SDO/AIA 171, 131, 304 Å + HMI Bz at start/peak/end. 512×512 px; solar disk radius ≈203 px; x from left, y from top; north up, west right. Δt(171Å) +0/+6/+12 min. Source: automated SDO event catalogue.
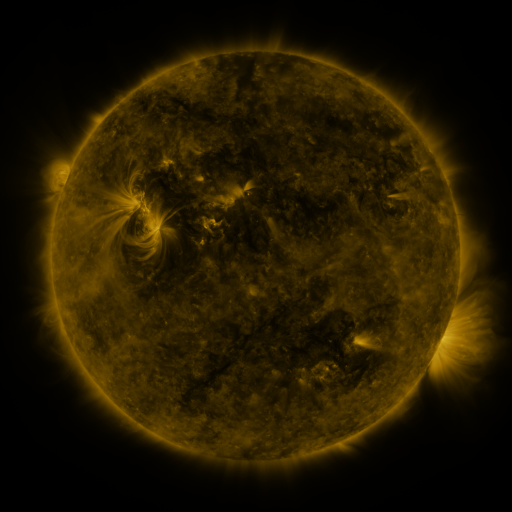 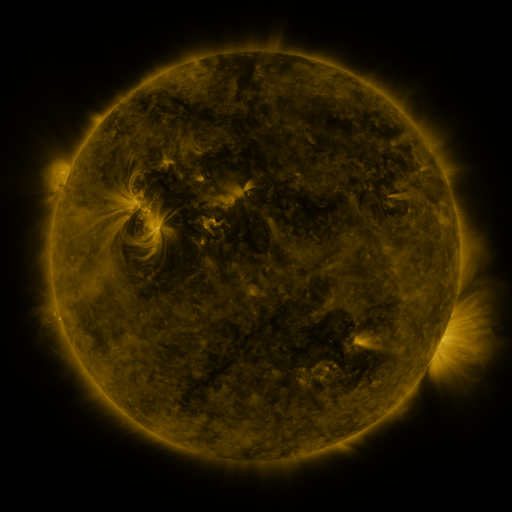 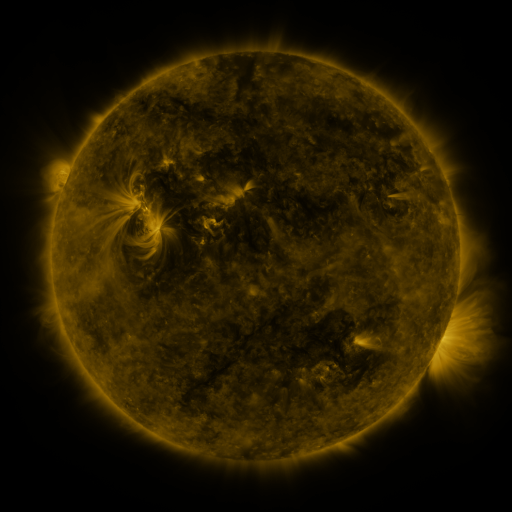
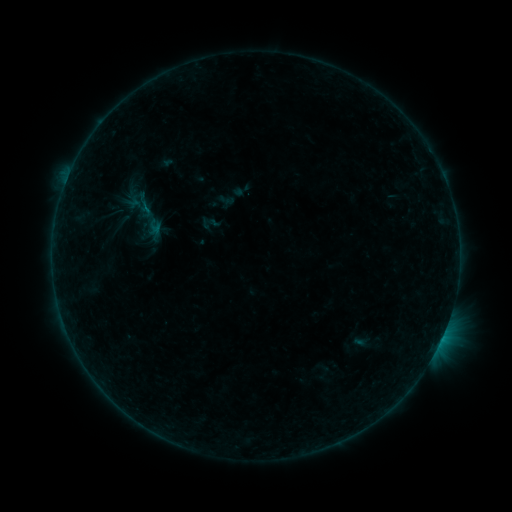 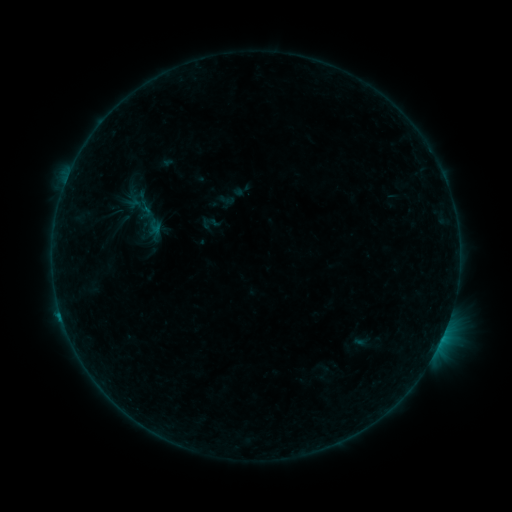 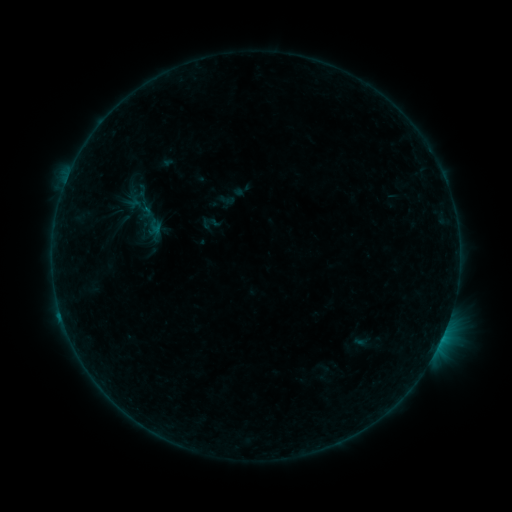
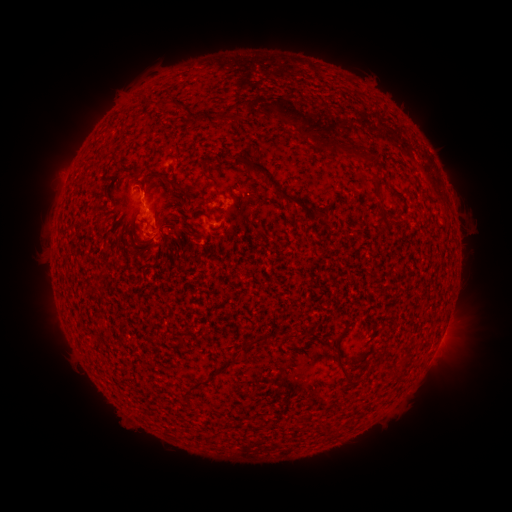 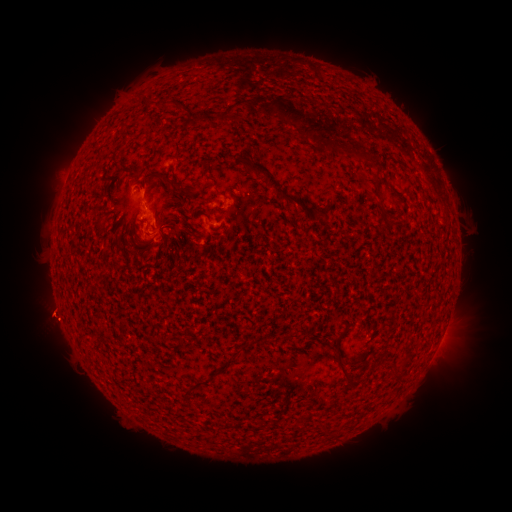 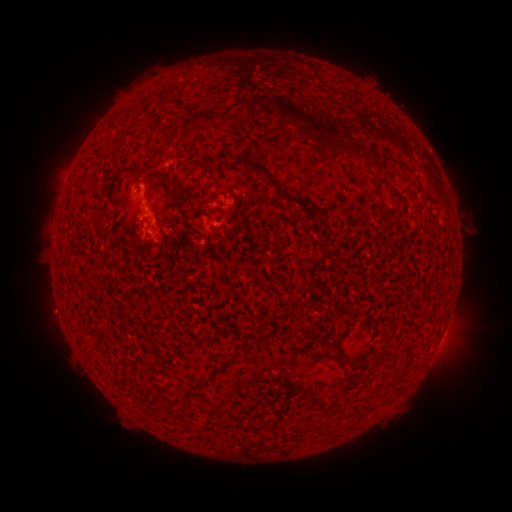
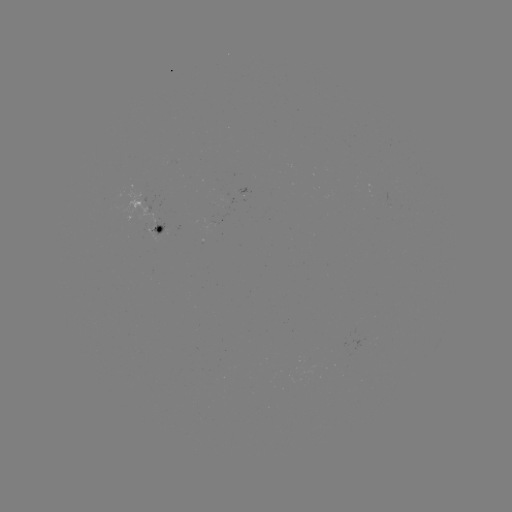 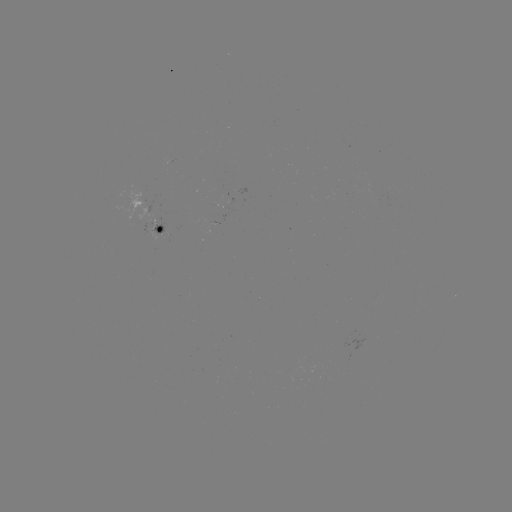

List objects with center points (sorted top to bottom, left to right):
eruption: (47, 318)
